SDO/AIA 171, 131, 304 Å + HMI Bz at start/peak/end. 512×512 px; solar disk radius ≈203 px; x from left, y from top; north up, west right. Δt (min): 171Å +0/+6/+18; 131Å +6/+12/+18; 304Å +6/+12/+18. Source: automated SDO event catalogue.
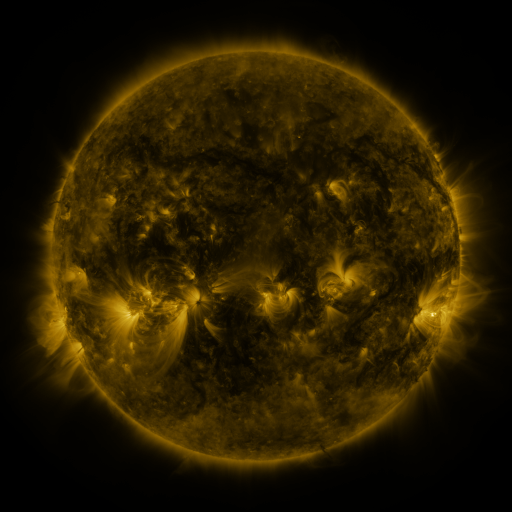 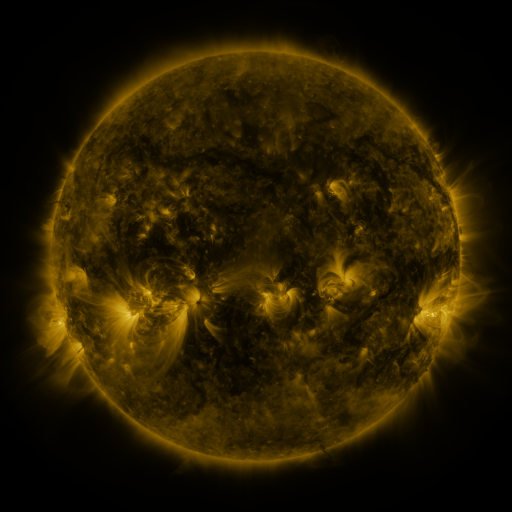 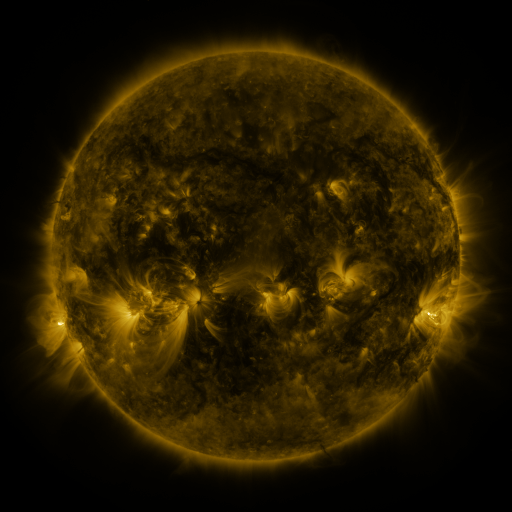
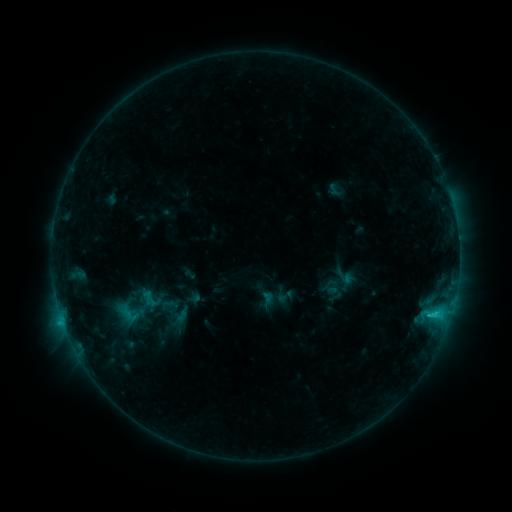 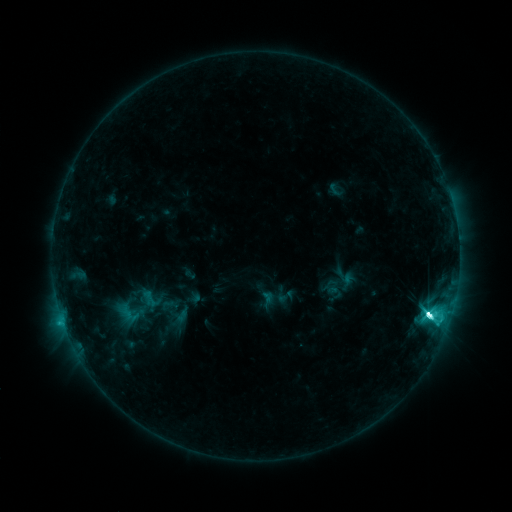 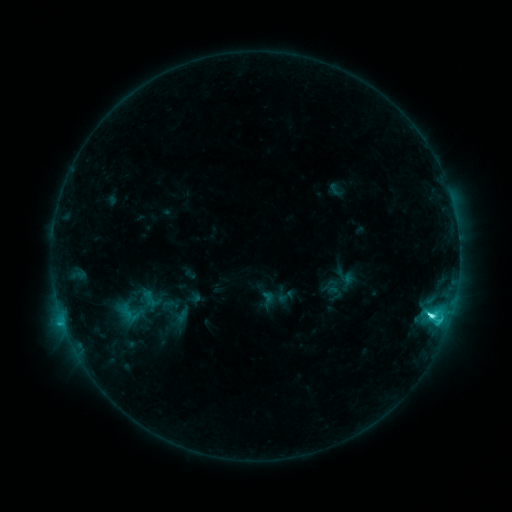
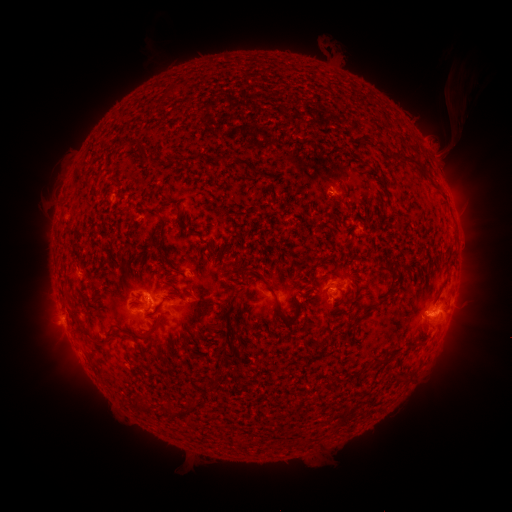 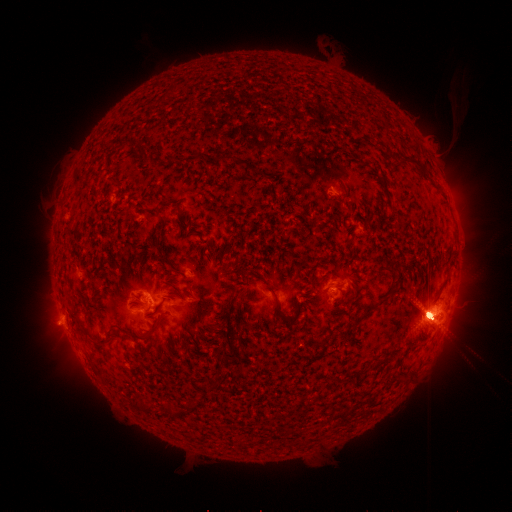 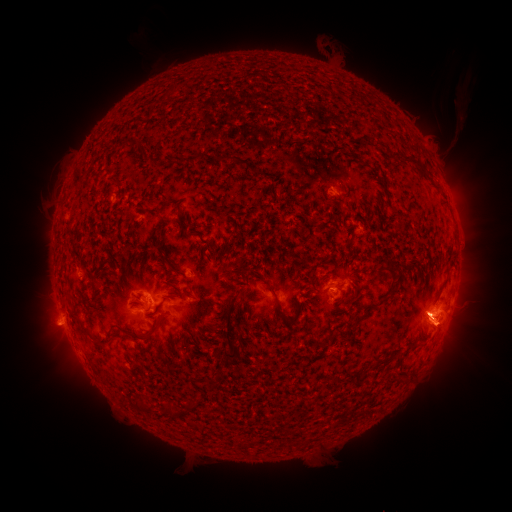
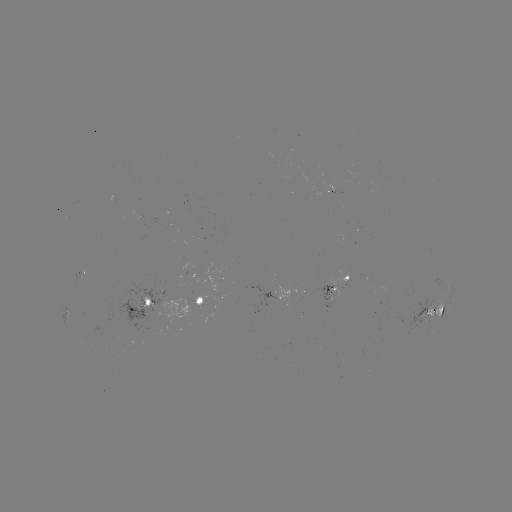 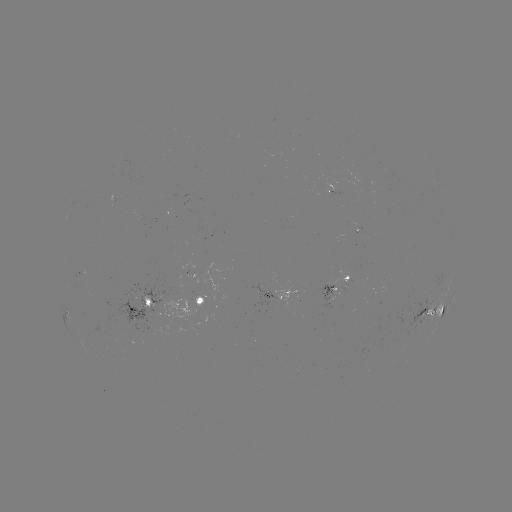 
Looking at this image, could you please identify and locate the M1.6 flare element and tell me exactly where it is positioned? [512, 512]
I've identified M1.6 flare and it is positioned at [75, 333].